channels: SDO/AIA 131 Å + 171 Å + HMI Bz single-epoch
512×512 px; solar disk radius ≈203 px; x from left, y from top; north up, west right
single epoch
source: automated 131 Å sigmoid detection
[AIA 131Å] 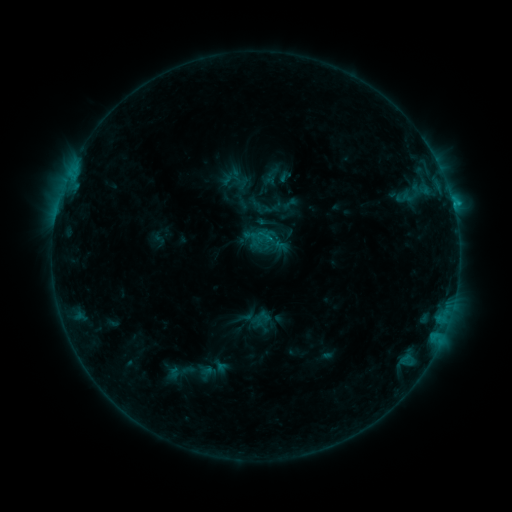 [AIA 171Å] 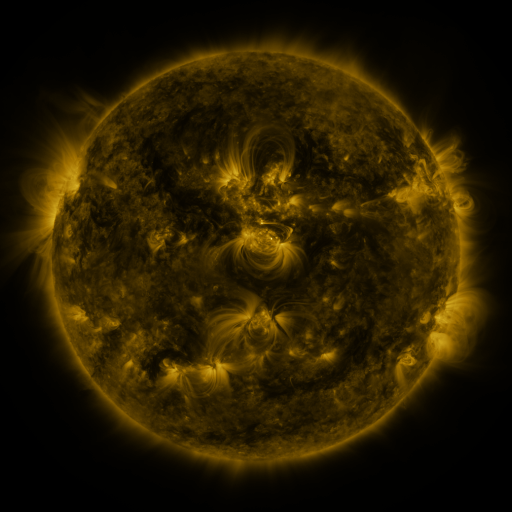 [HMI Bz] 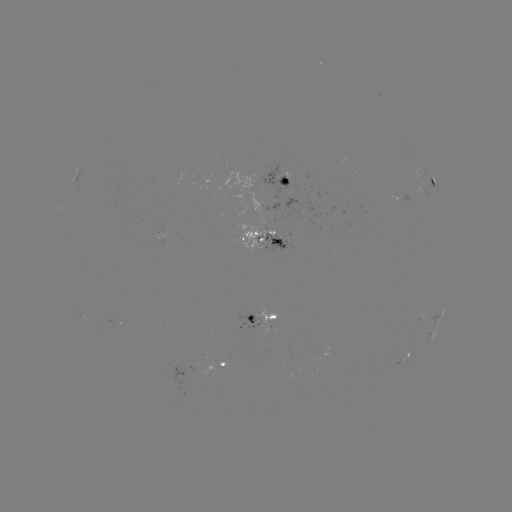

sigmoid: (256, 212, 277, 232)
